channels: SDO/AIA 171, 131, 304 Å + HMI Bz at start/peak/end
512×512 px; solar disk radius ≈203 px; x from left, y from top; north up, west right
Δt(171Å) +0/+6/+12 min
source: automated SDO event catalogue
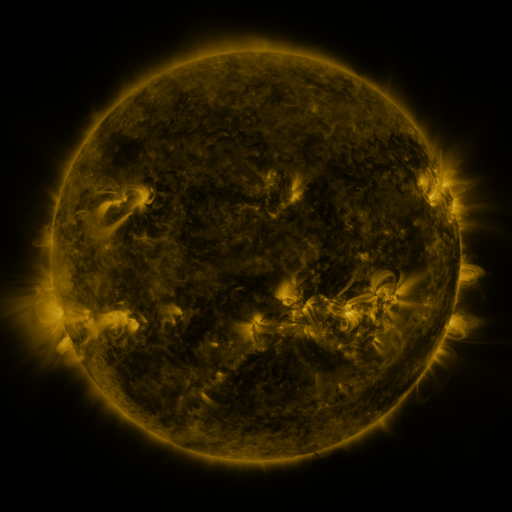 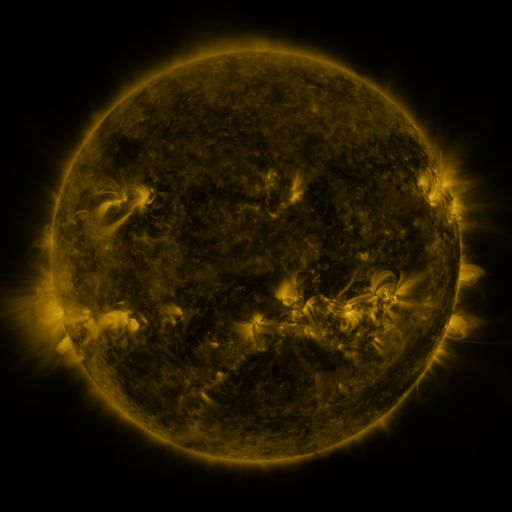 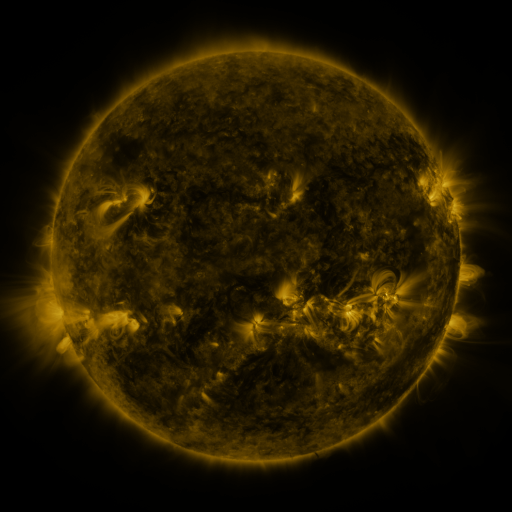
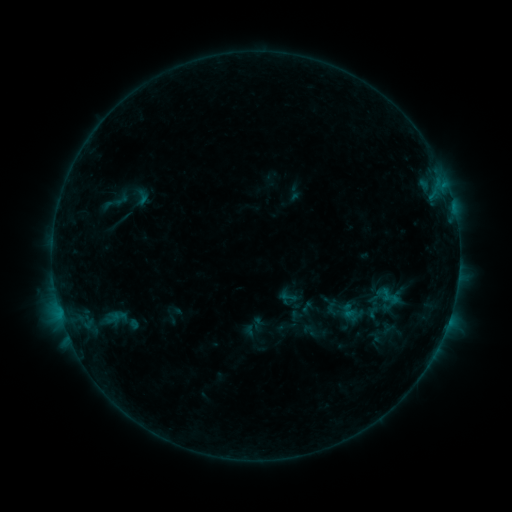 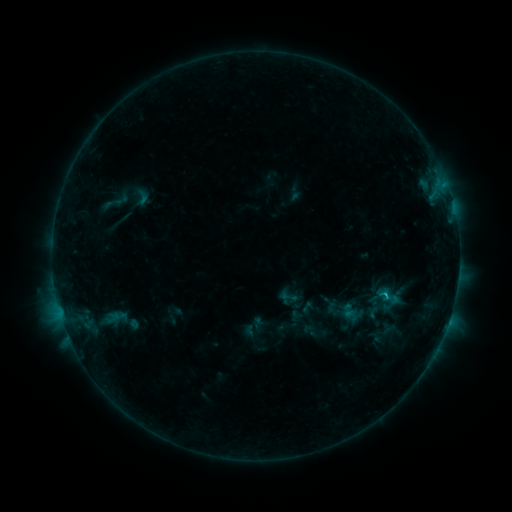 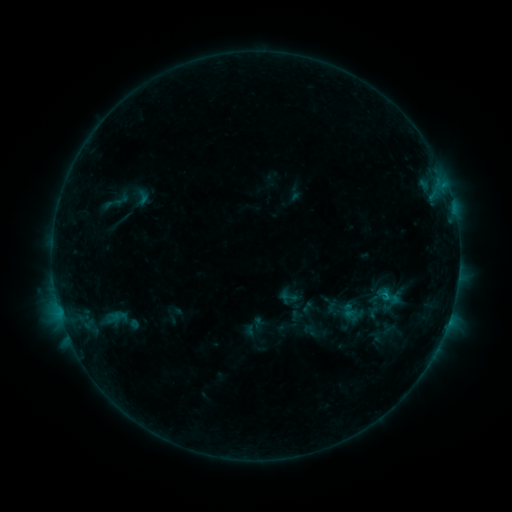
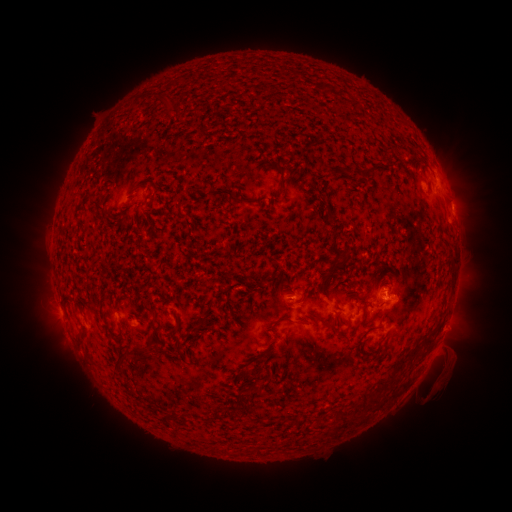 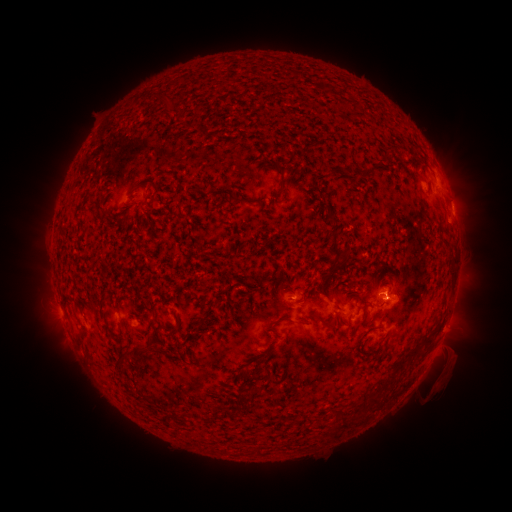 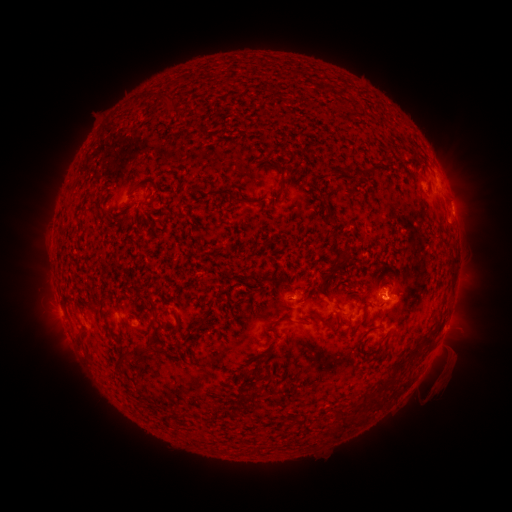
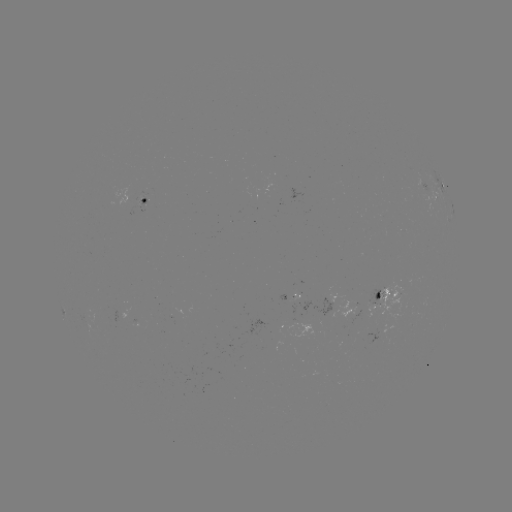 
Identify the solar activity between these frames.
B6.5 flare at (383, 298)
